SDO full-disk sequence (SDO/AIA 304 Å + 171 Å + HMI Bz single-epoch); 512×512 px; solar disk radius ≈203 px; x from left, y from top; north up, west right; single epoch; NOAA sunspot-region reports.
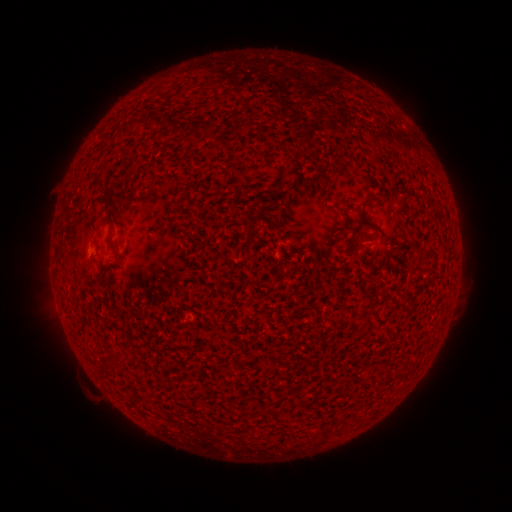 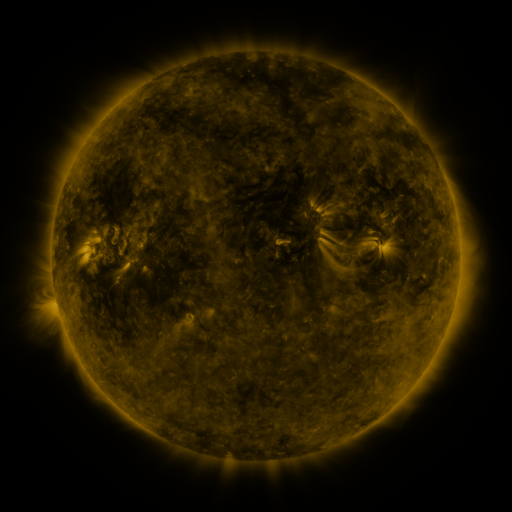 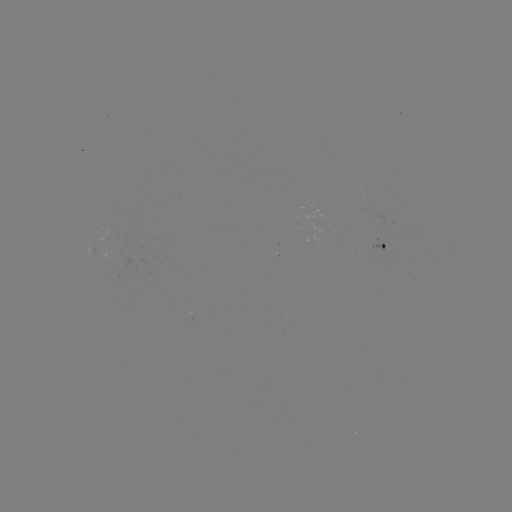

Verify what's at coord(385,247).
spotted active region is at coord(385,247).